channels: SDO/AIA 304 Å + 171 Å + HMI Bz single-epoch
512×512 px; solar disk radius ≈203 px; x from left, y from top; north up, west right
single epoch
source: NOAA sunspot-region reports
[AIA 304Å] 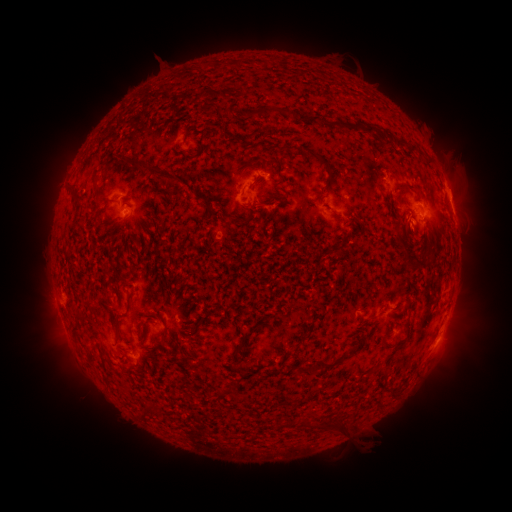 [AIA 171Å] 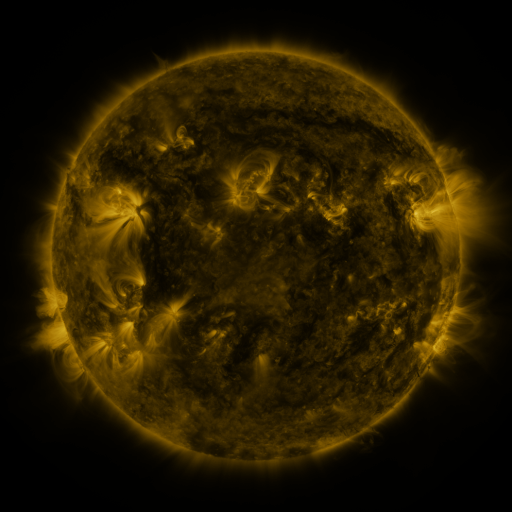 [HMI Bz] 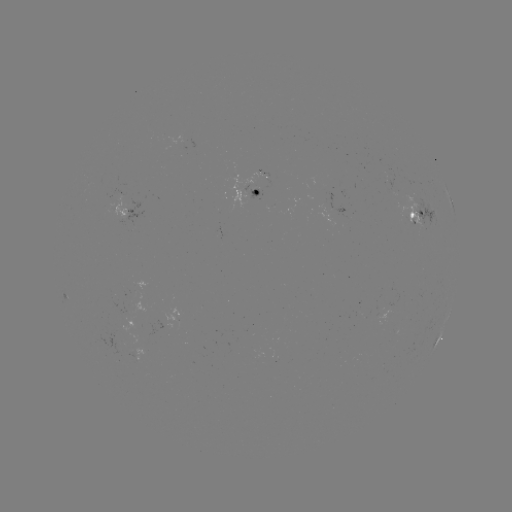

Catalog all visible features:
spotted active region: (249, 194)
spotted active region: (451, 202)
spotted active region: (124, 212)
spotted active region: (421, 214)
spotted active region: (438, 337)
spotted active region: (142, 354)
